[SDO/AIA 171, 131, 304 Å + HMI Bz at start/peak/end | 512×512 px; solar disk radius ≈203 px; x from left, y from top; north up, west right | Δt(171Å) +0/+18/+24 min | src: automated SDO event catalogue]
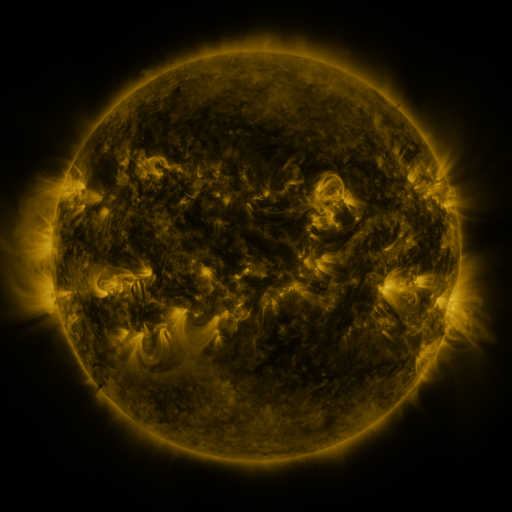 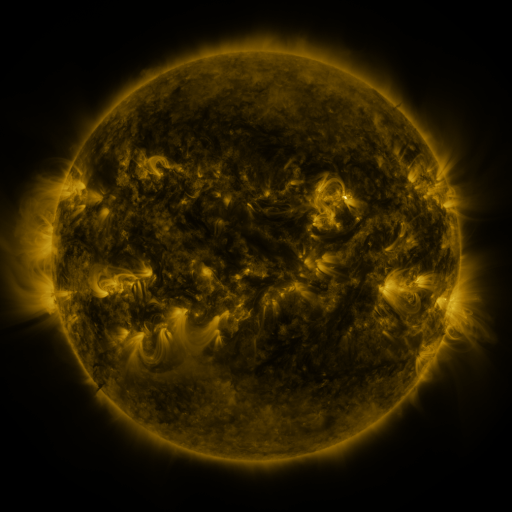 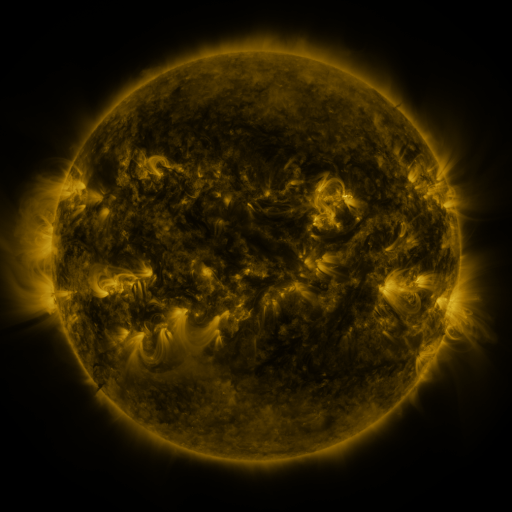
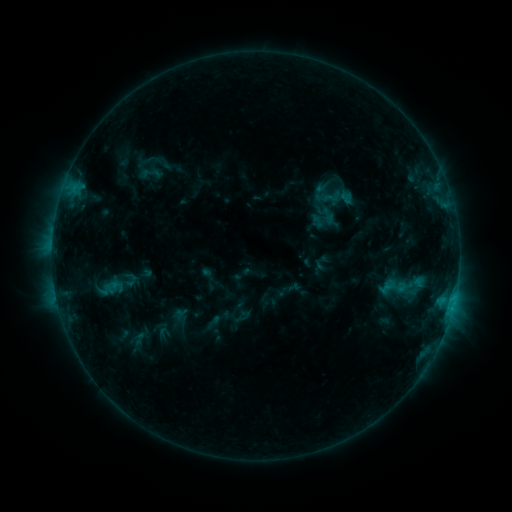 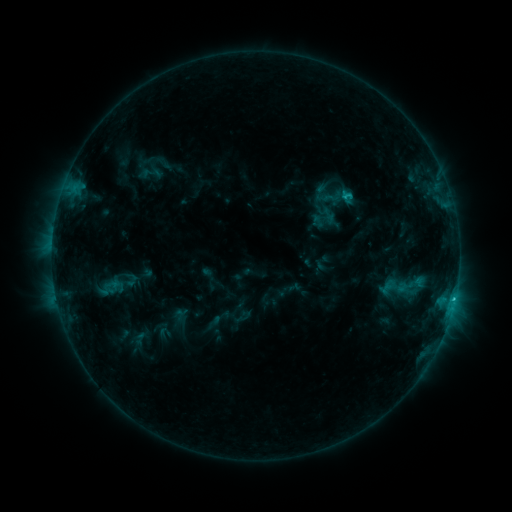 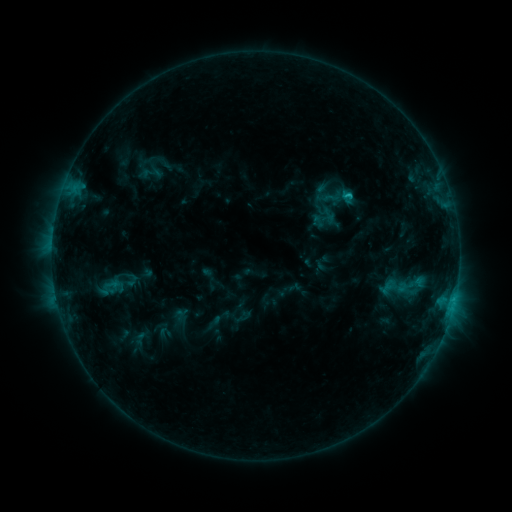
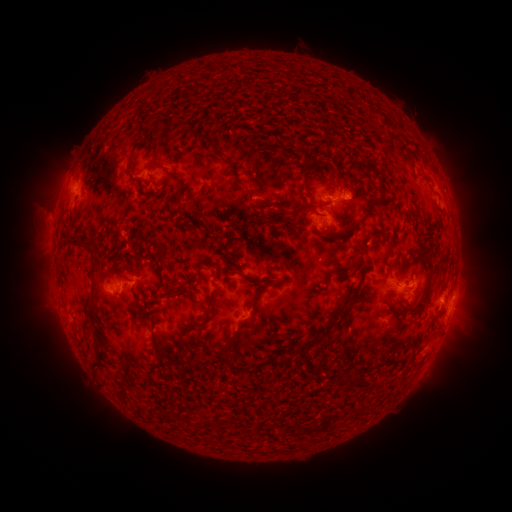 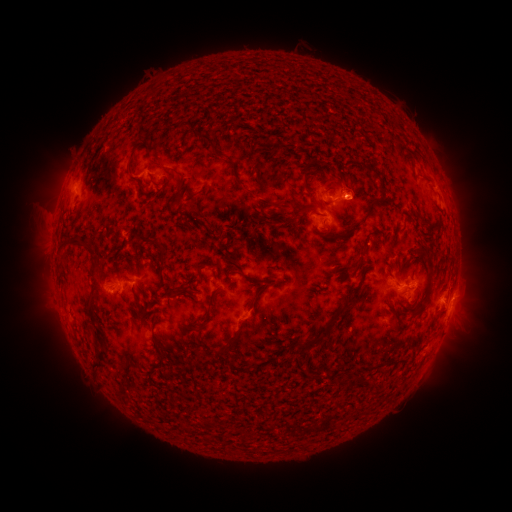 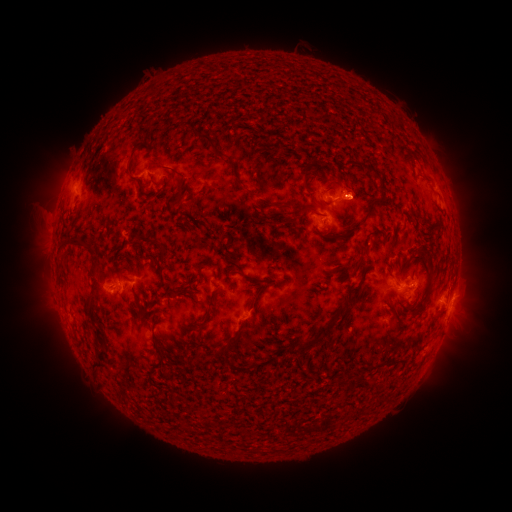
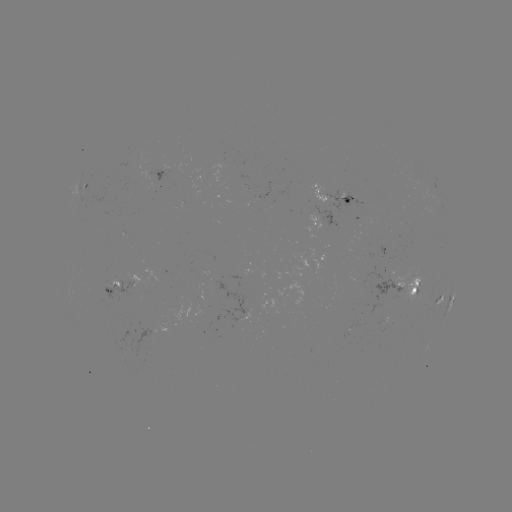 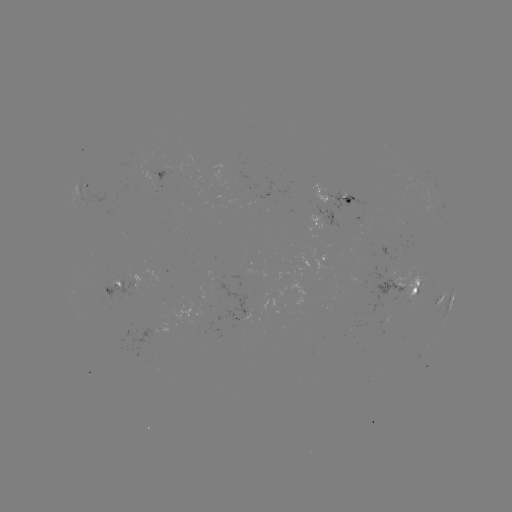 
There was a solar flare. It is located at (453, 299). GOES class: C1.4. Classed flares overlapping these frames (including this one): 1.